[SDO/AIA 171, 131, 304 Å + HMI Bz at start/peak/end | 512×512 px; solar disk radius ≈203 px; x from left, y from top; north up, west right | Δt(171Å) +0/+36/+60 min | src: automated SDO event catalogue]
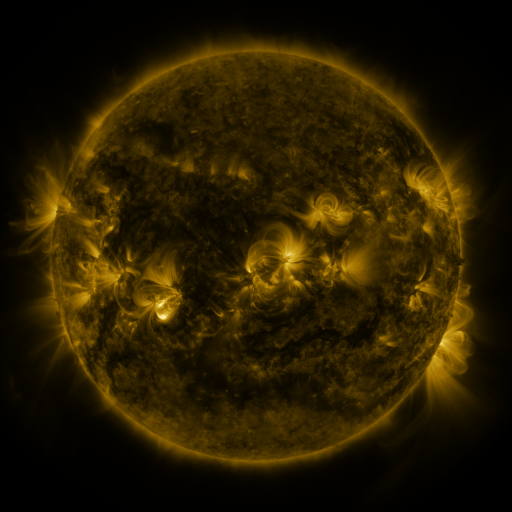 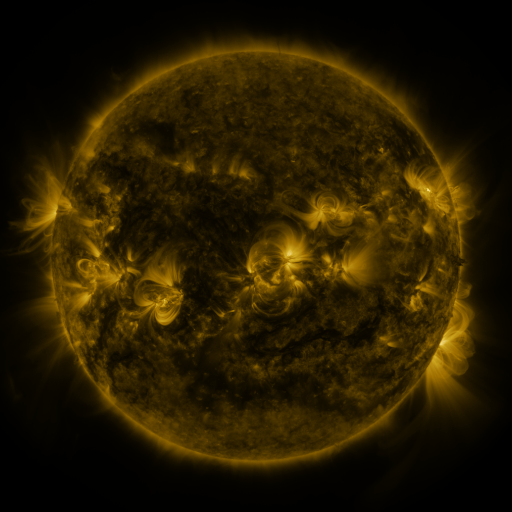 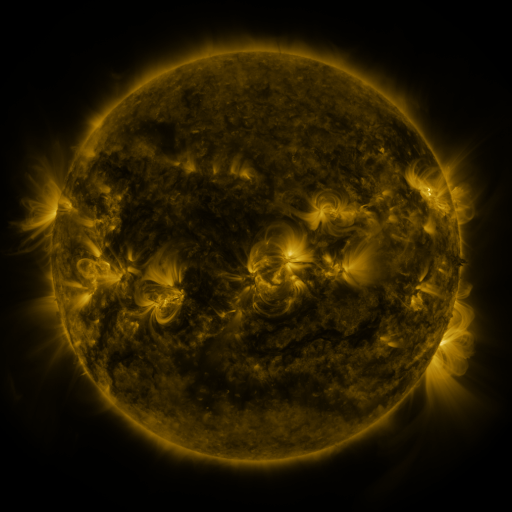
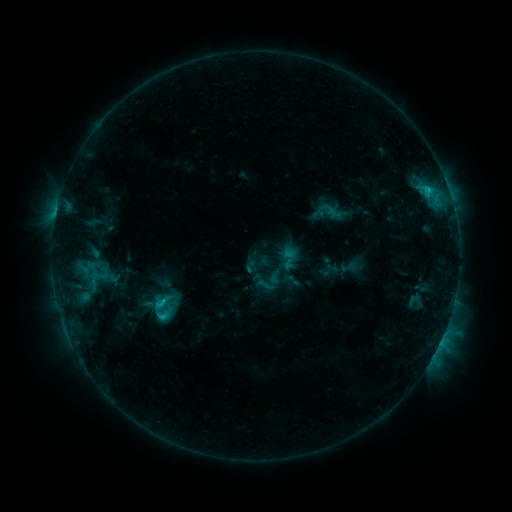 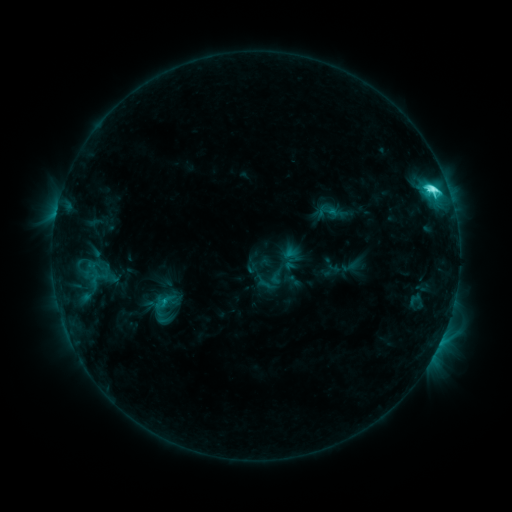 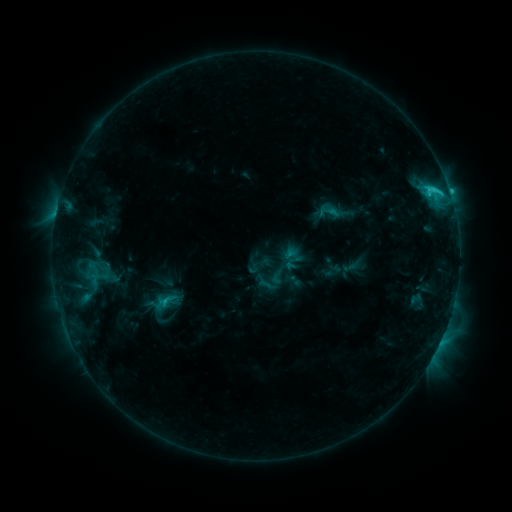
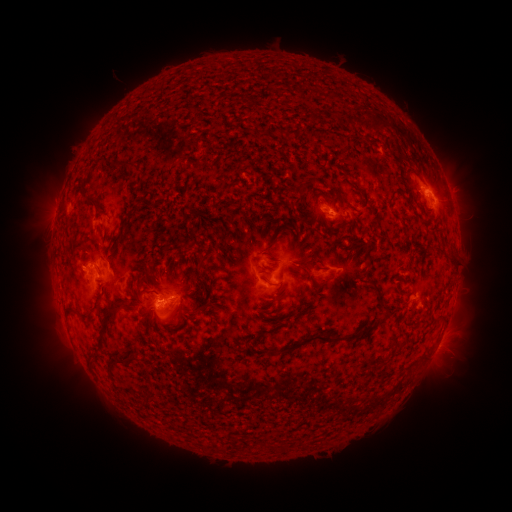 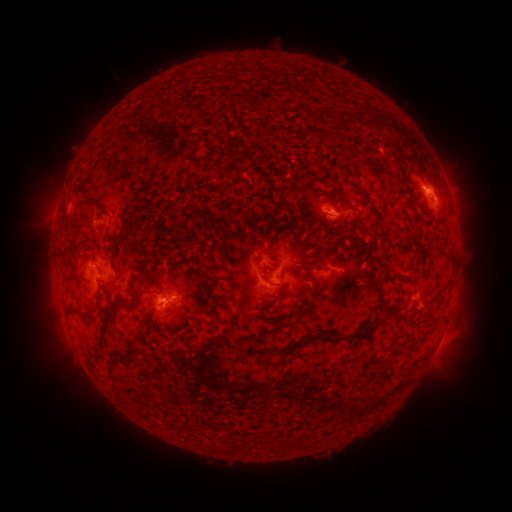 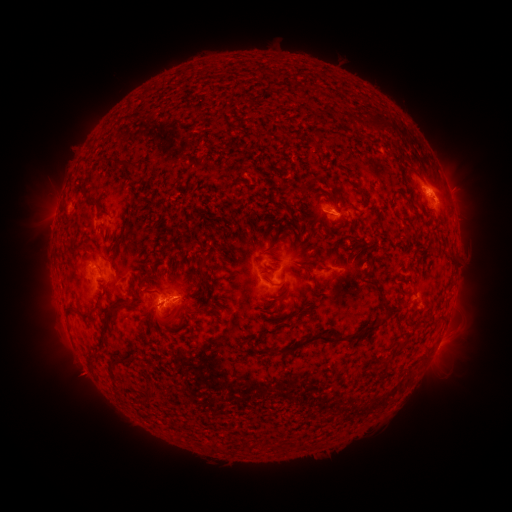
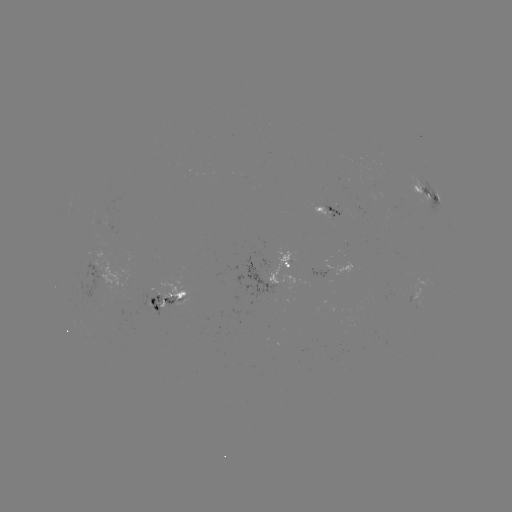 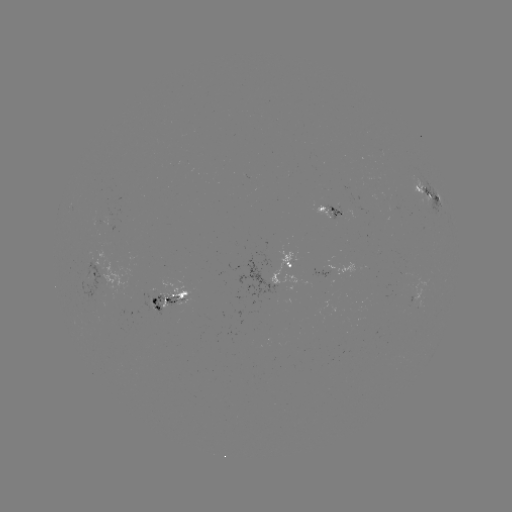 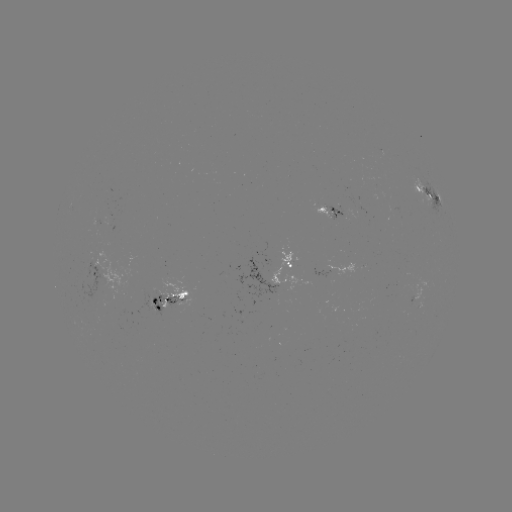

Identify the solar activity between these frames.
C6.5 flare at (431, 189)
